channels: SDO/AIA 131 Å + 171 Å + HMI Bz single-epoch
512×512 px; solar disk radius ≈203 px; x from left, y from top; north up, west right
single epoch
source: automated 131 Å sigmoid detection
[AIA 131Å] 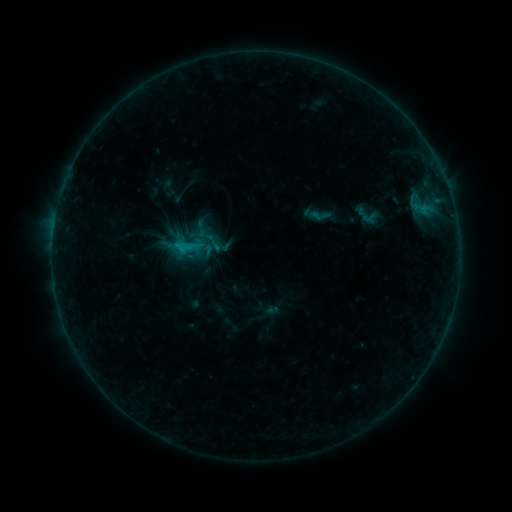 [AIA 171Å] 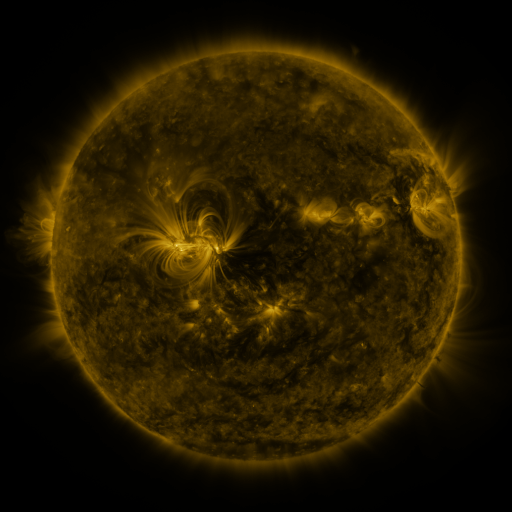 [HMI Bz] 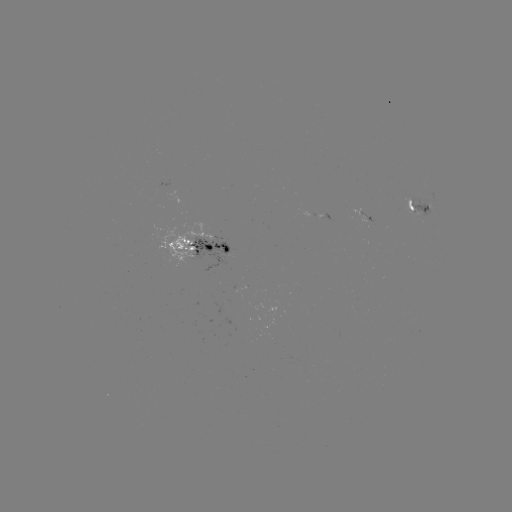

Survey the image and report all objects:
sigmoid: (170, 224, 207, 263)
